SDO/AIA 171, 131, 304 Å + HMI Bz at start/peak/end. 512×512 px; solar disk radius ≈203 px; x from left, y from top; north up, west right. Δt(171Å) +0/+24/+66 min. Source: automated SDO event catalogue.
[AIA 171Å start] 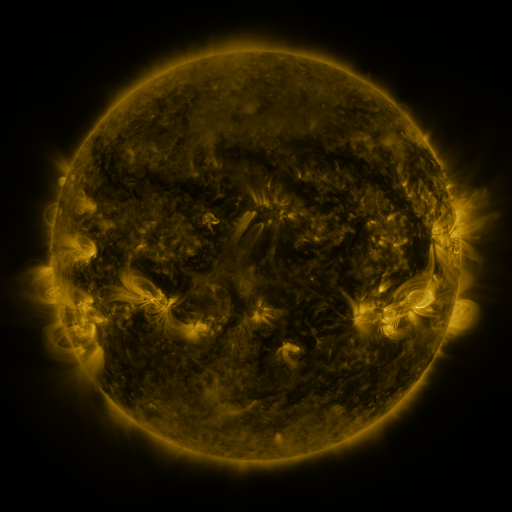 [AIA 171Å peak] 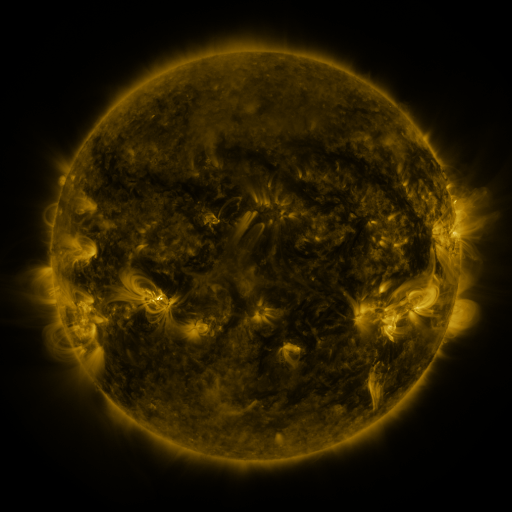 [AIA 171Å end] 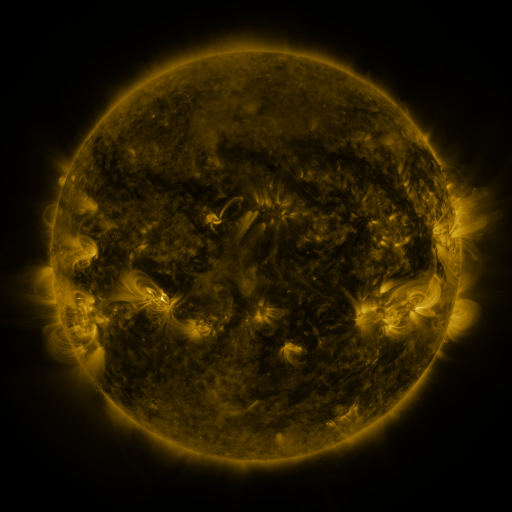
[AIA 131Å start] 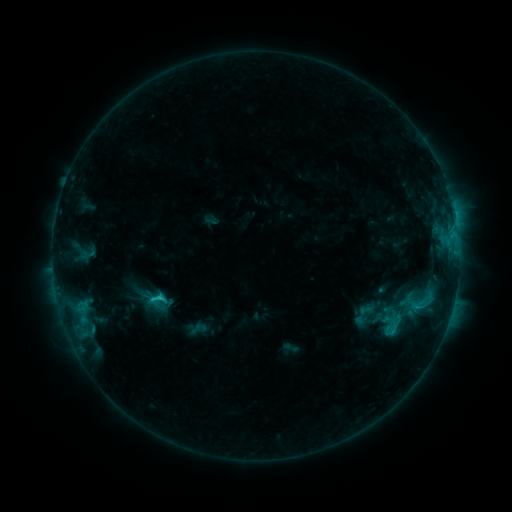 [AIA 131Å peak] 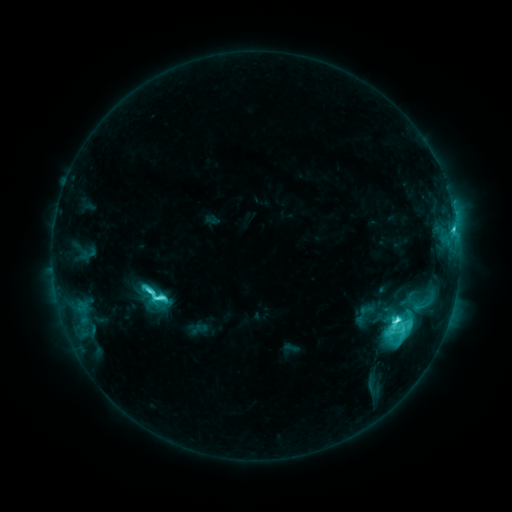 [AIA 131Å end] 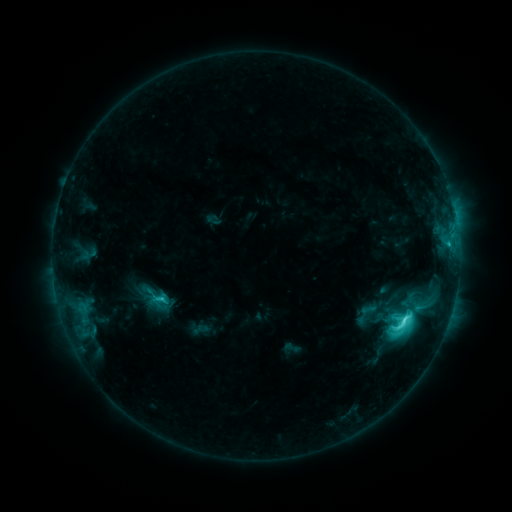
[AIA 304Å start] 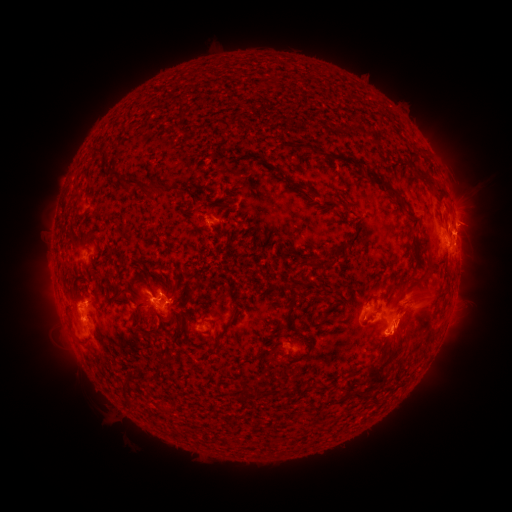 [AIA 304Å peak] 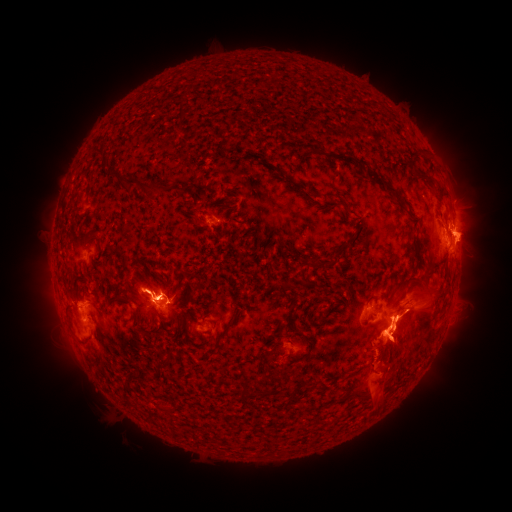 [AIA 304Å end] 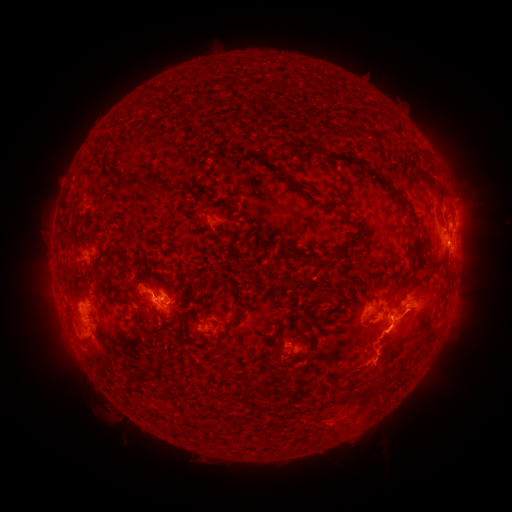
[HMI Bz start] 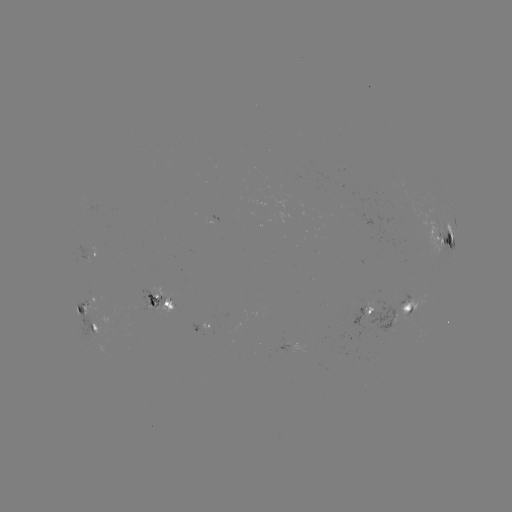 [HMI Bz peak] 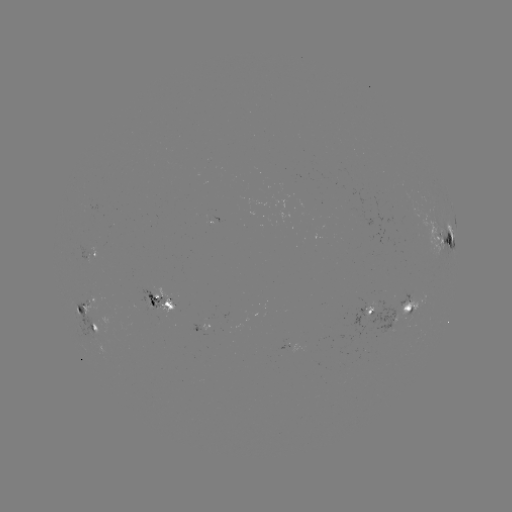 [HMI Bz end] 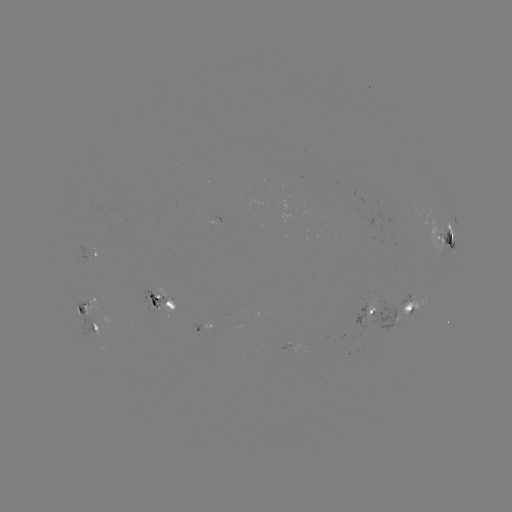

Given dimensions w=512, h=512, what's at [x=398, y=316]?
M1.4 flare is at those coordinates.